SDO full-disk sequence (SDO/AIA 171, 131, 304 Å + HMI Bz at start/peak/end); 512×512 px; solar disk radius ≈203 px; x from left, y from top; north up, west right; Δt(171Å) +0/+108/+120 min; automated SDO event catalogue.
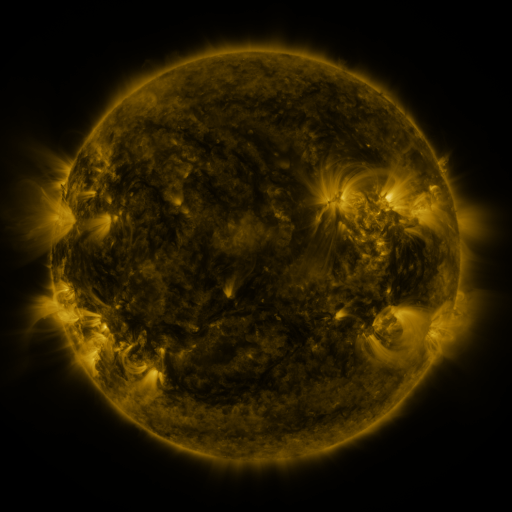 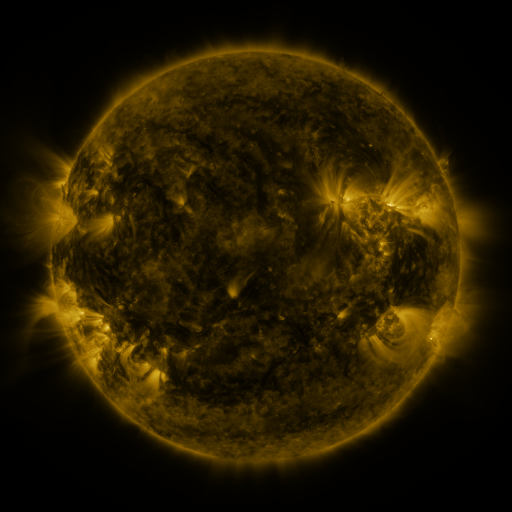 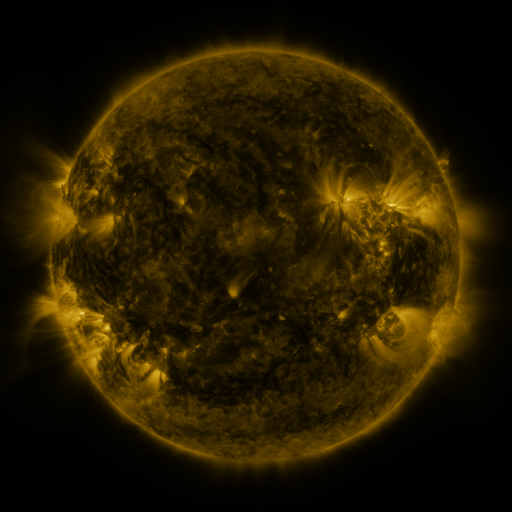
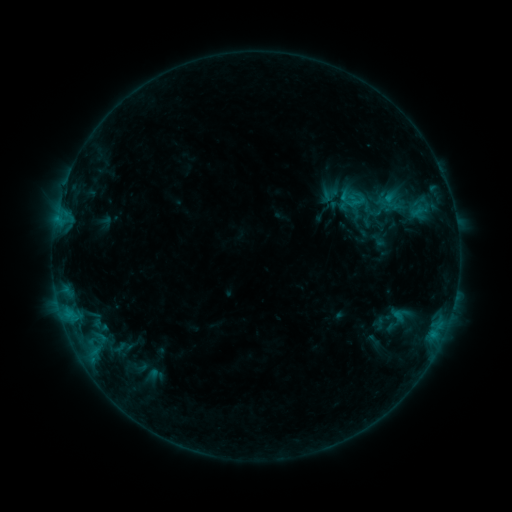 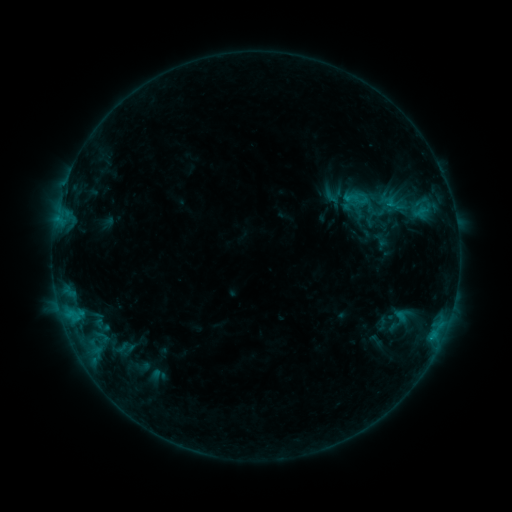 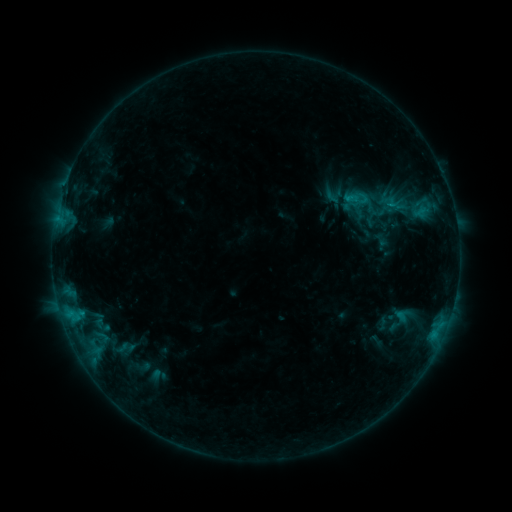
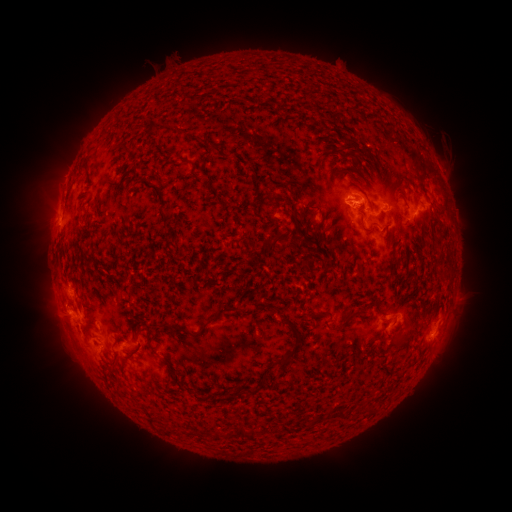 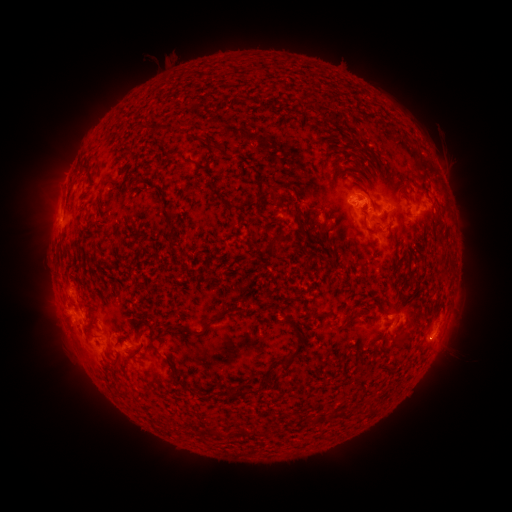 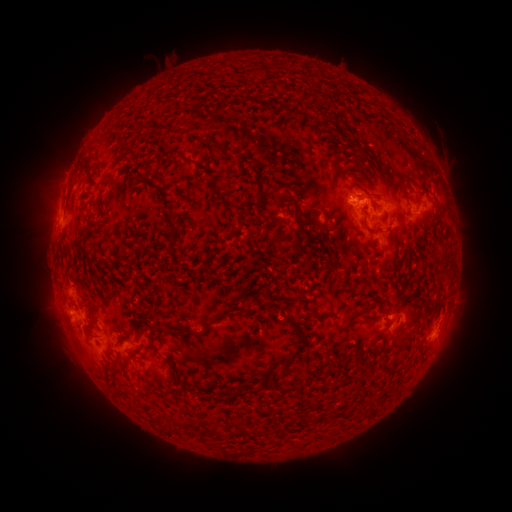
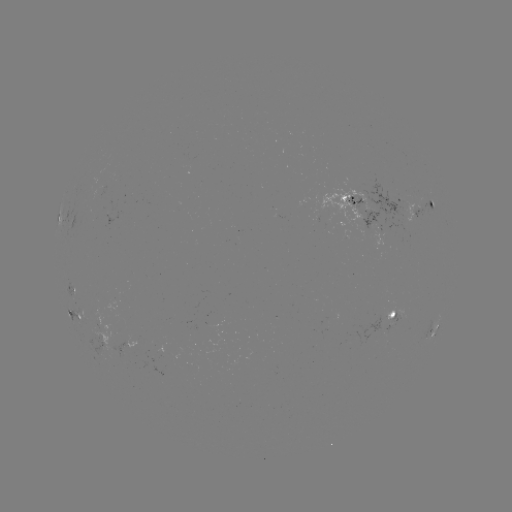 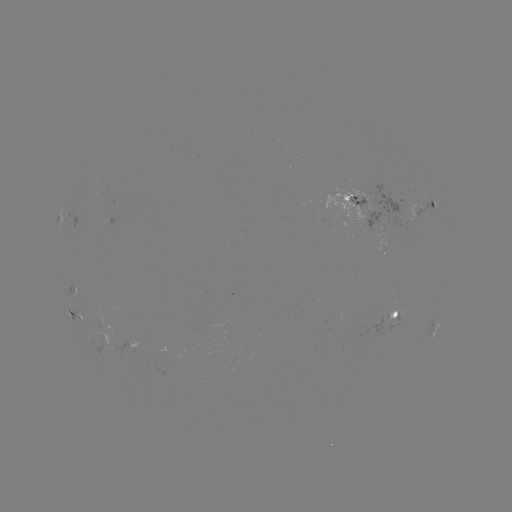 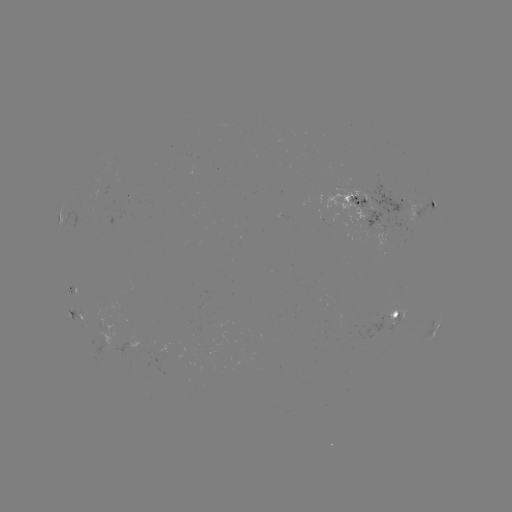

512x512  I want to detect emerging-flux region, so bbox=[125, 334, 150, 348].